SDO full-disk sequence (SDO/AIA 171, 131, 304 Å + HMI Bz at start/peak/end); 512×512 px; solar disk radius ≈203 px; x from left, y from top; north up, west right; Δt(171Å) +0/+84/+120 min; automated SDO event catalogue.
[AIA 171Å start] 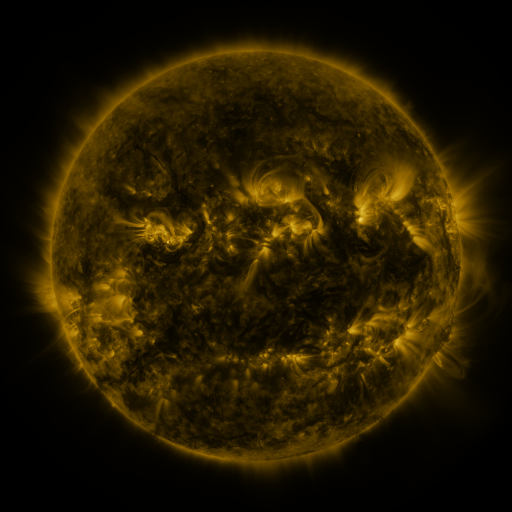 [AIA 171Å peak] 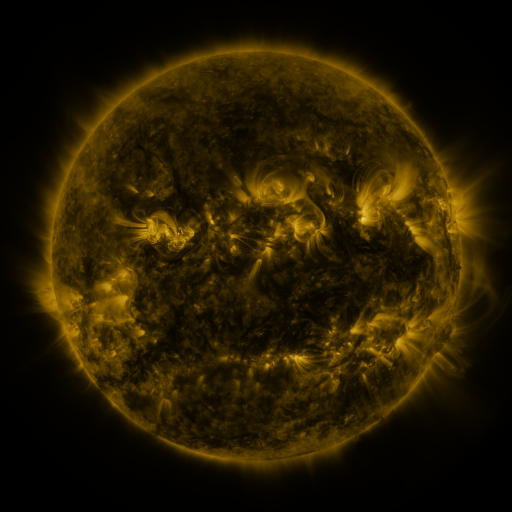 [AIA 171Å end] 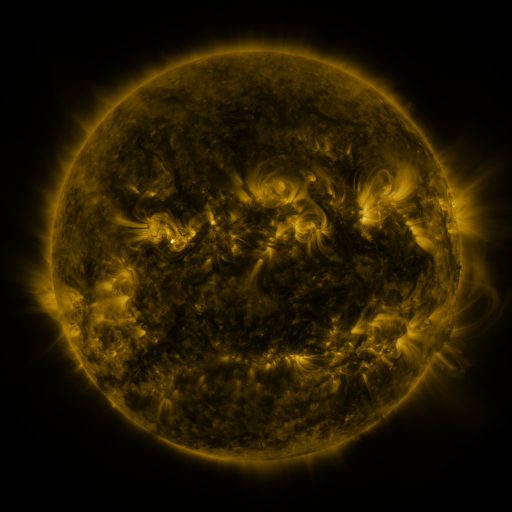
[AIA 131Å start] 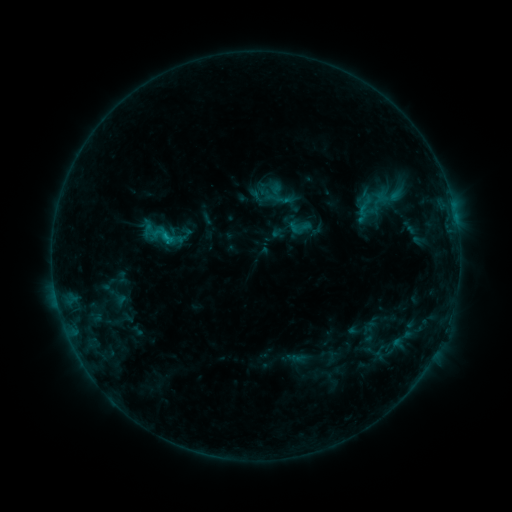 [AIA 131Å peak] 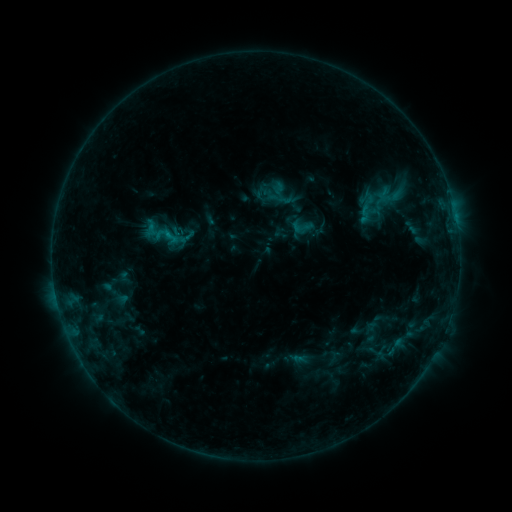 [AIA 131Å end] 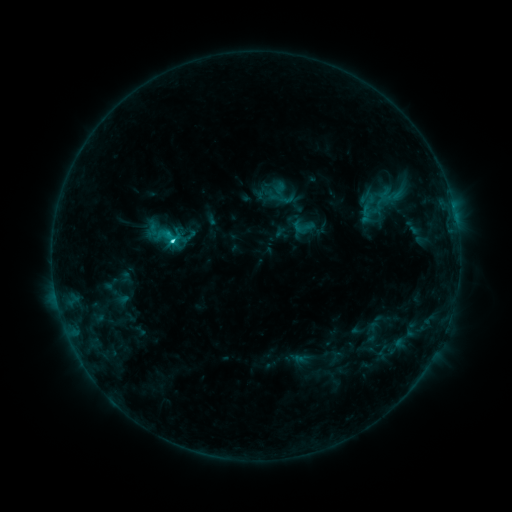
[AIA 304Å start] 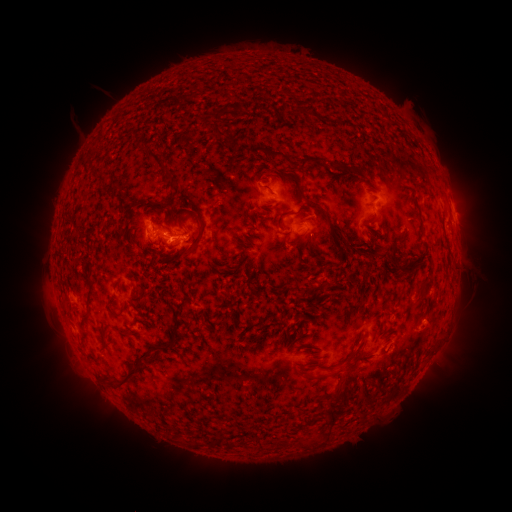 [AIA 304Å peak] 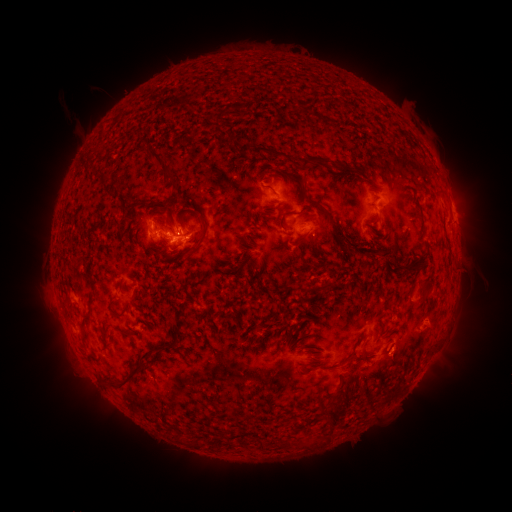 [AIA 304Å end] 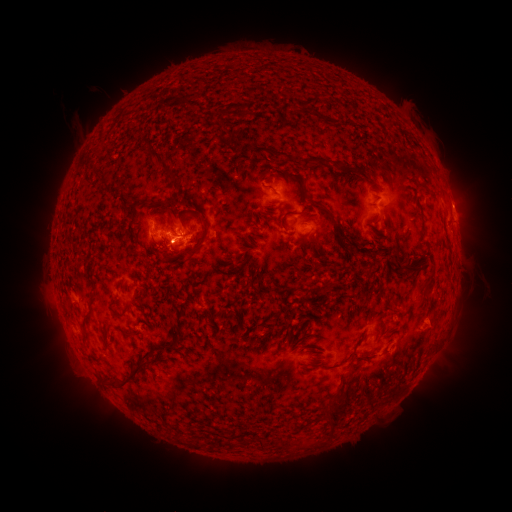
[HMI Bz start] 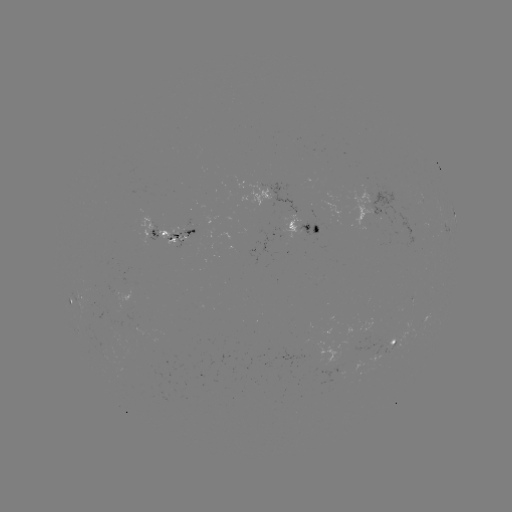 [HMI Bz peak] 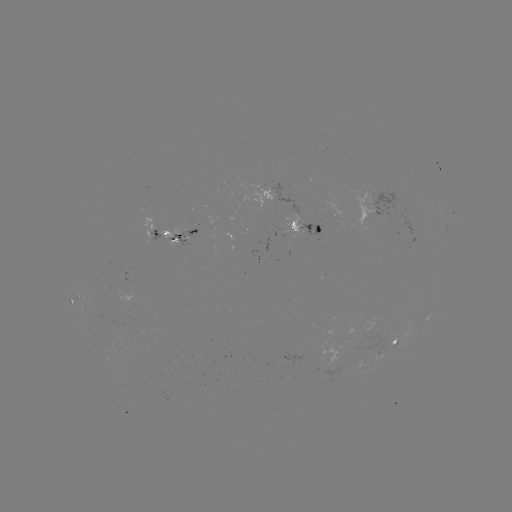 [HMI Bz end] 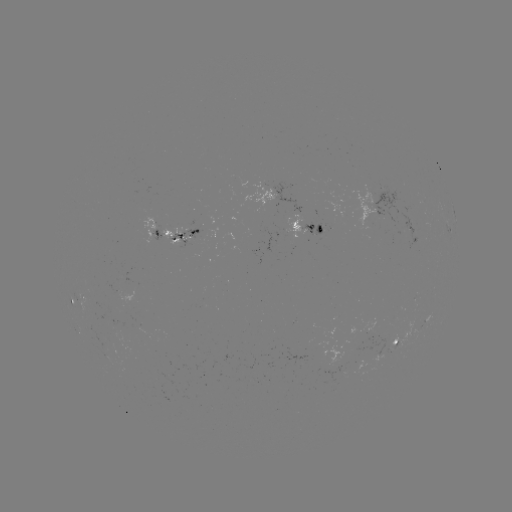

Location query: emerging-flux region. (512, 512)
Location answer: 336,360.